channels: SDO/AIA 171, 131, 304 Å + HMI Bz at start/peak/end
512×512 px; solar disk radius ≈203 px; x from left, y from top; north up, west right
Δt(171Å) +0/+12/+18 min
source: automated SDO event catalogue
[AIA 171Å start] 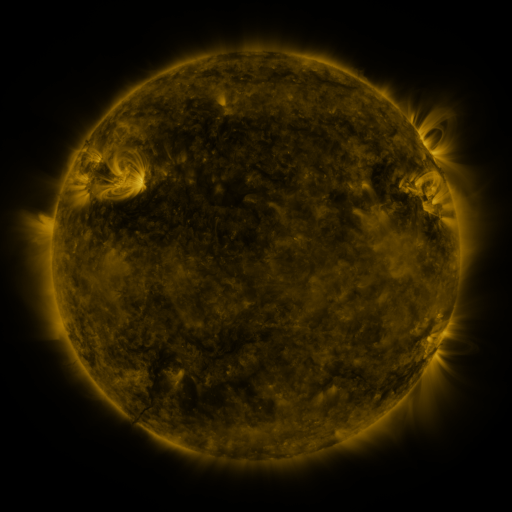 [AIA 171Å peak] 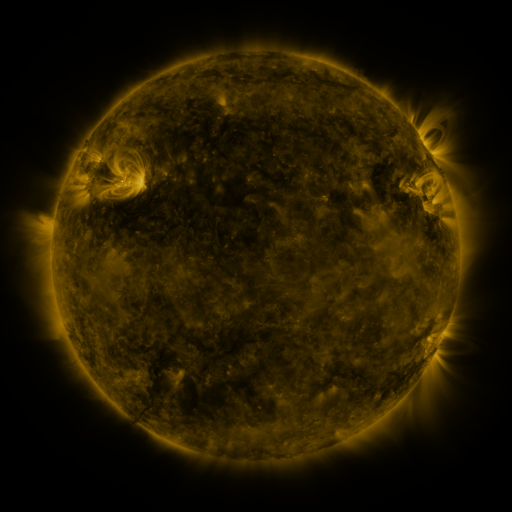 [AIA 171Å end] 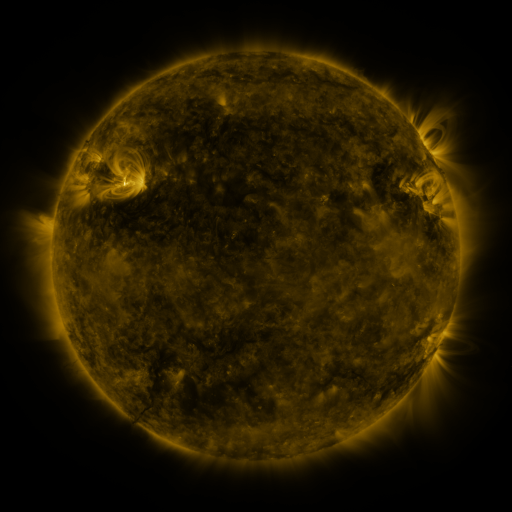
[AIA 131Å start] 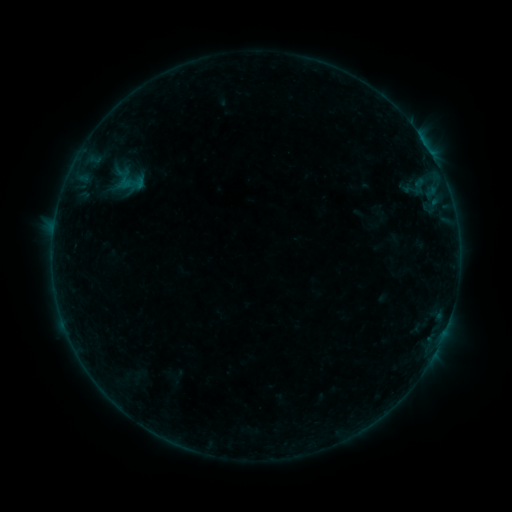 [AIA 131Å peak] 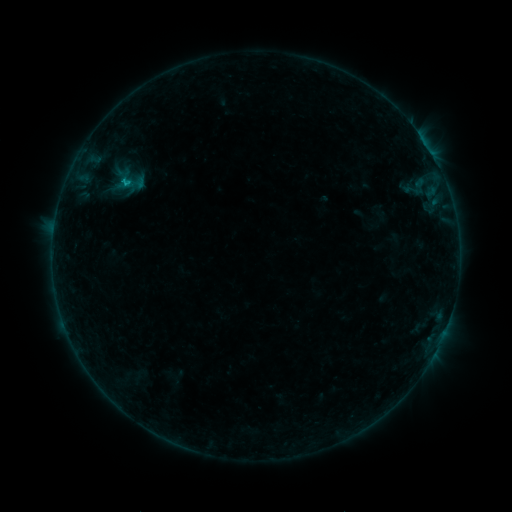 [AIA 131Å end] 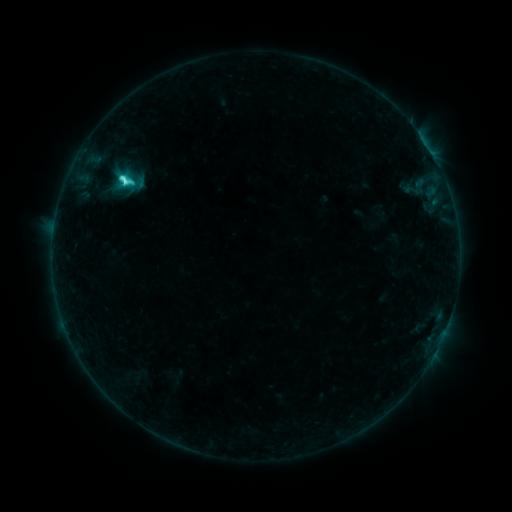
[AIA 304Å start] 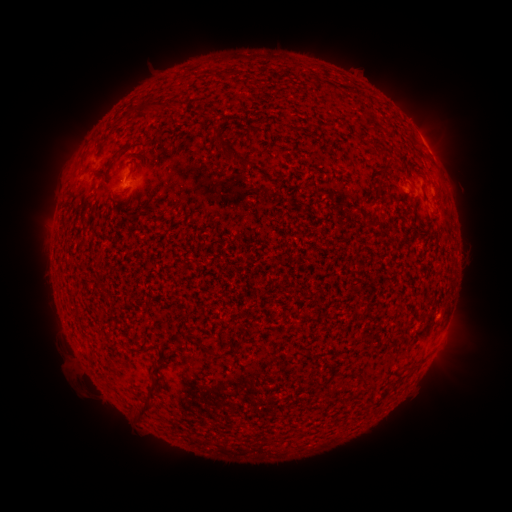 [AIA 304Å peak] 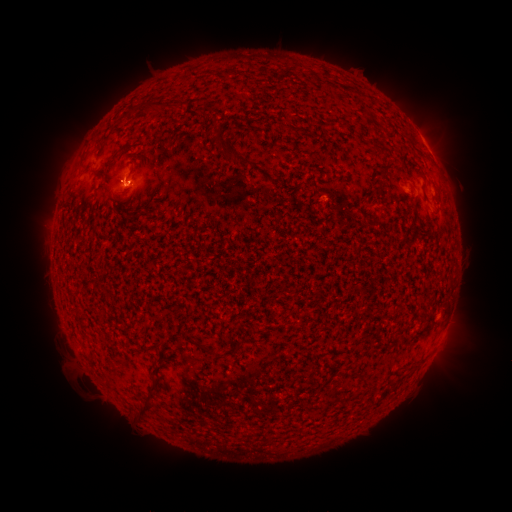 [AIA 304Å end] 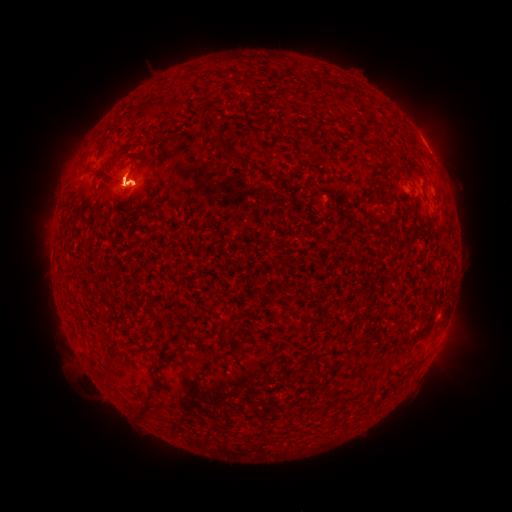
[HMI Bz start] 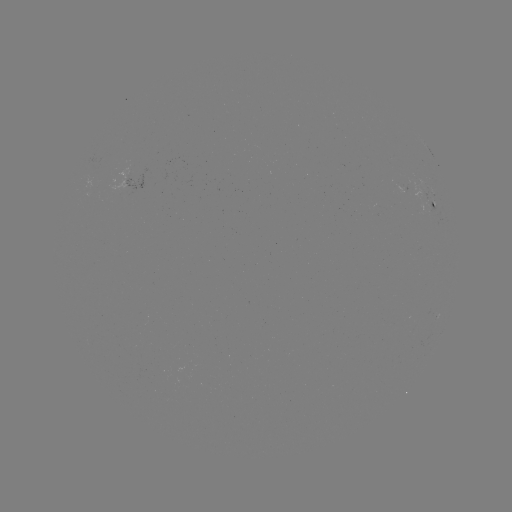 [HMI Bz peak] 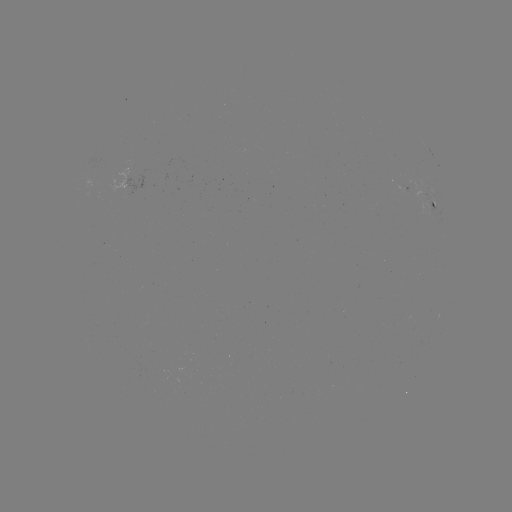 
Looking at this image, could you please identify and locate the C5.3 flare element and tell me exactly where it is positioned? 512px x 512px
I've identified C5.3 flare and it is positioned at [127, 184].